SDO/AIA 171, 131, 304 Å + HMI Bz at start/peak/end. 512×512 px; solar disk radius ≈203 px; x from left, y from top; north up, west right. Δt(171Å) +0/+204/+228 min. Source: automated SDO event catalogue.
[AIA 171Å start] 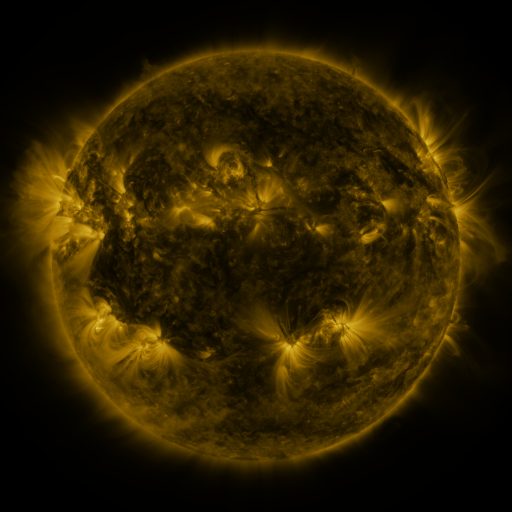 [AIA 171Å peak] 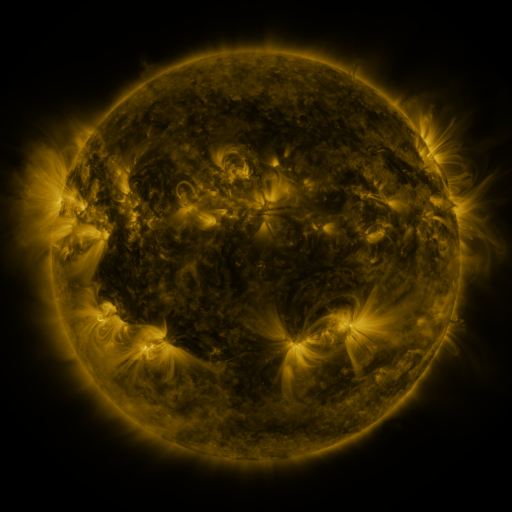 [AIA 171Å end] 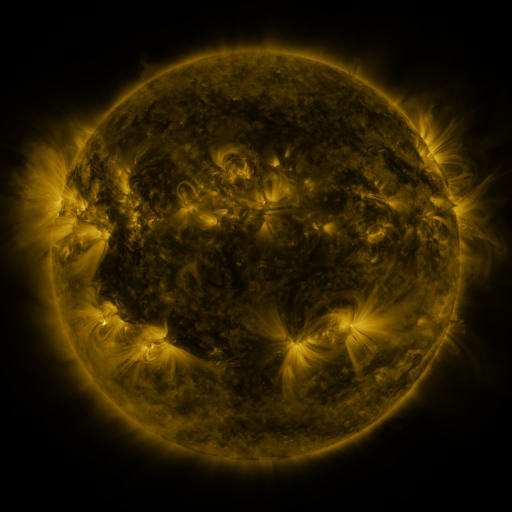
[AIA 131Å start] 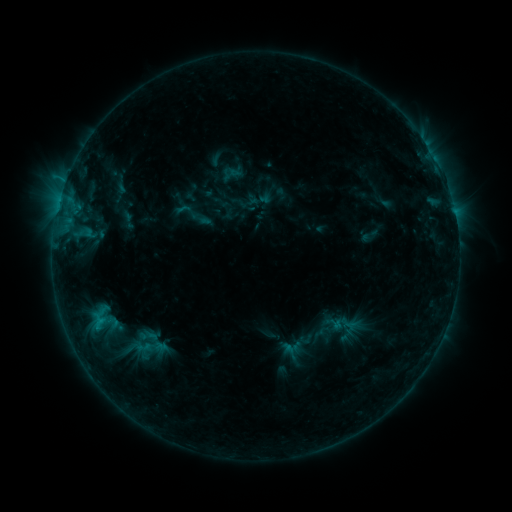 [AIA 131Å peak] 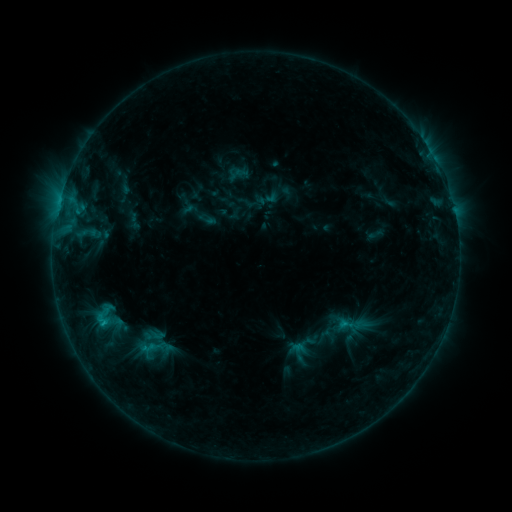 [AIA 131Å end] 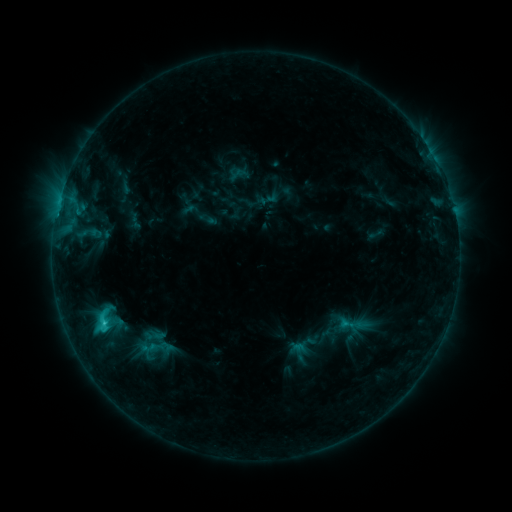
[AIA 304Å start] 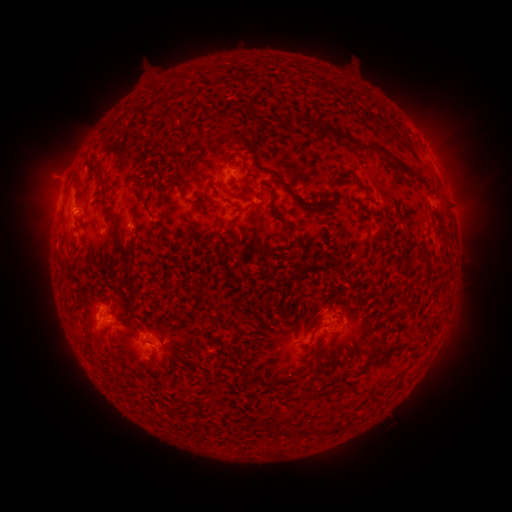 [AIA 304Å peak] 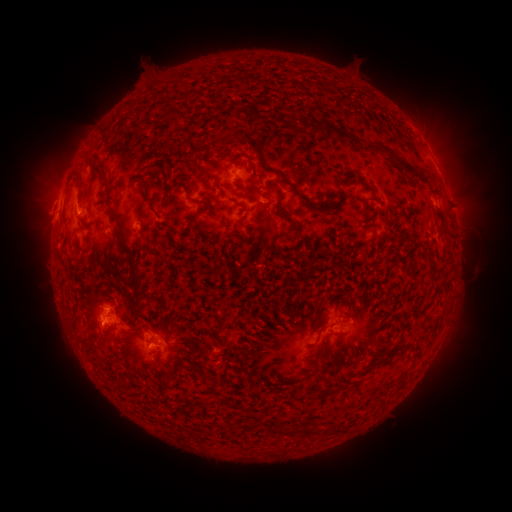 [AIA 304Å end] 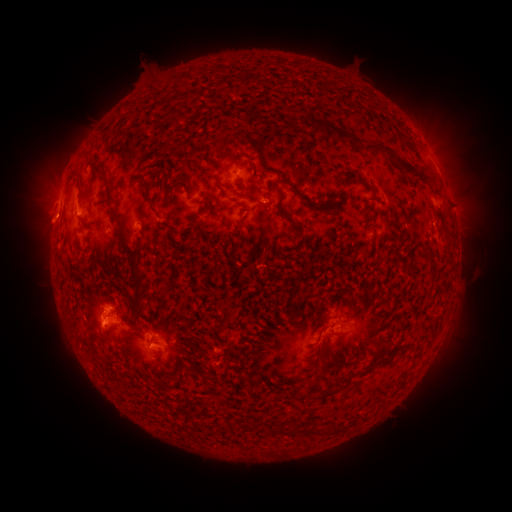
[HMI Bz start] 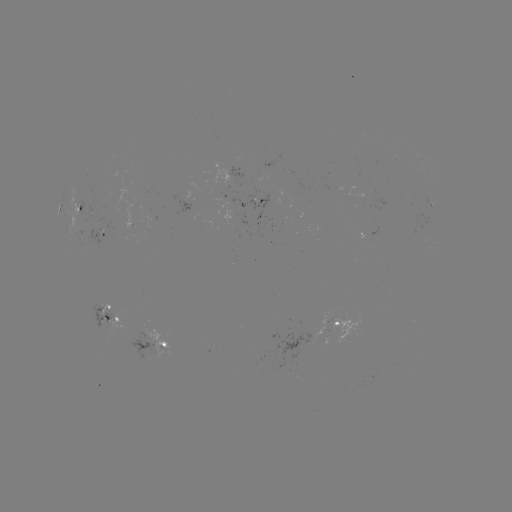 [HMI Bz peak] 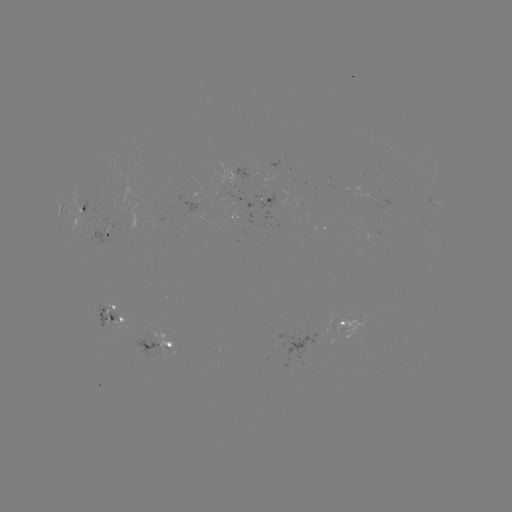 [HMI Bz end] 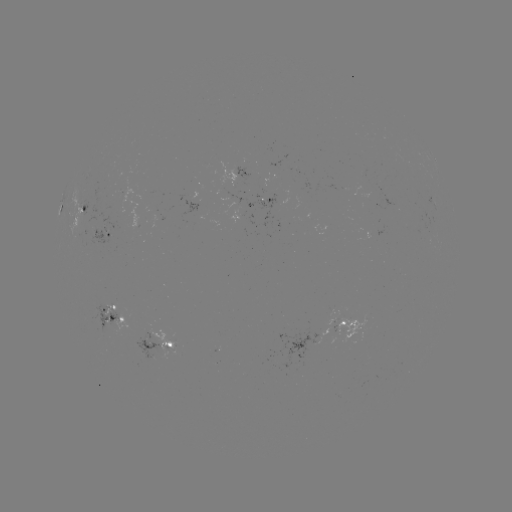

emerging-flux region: [225, 192, 276, 220]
